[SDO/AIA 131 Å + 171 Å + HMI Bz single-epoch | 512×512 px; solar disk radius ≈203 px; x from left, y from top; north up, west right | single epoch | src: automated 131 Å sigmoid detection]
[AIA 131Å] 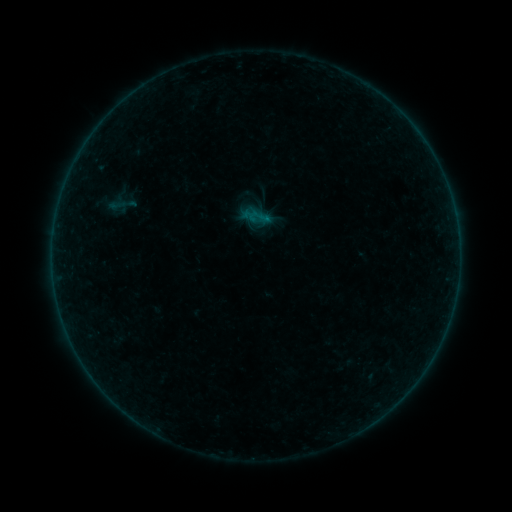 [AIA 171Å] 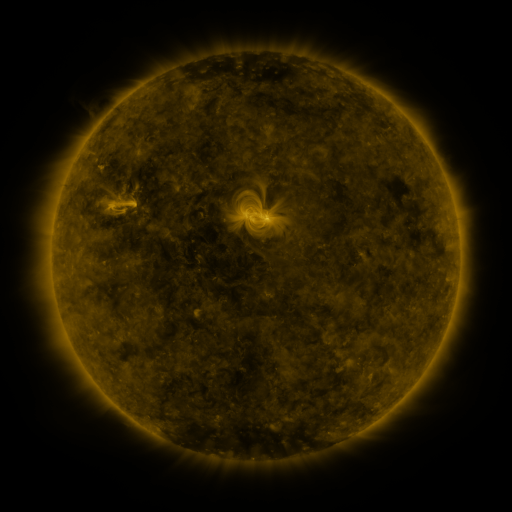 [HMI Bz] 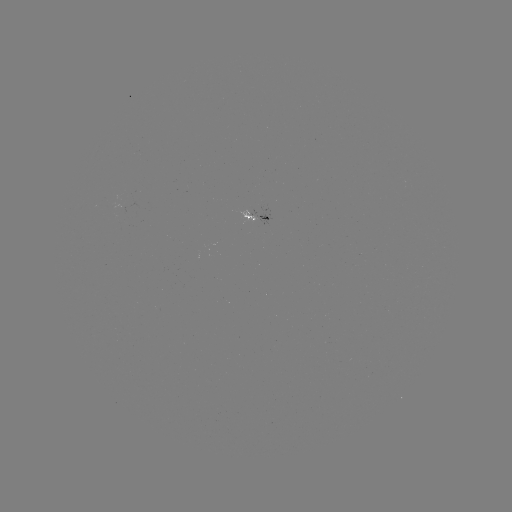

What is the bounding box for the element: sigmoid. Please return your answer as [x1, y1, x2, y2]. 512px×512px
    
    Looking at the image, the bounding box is [246, 205, 271, 229].